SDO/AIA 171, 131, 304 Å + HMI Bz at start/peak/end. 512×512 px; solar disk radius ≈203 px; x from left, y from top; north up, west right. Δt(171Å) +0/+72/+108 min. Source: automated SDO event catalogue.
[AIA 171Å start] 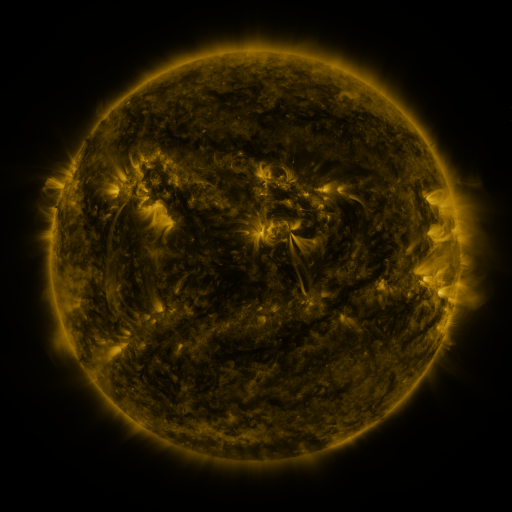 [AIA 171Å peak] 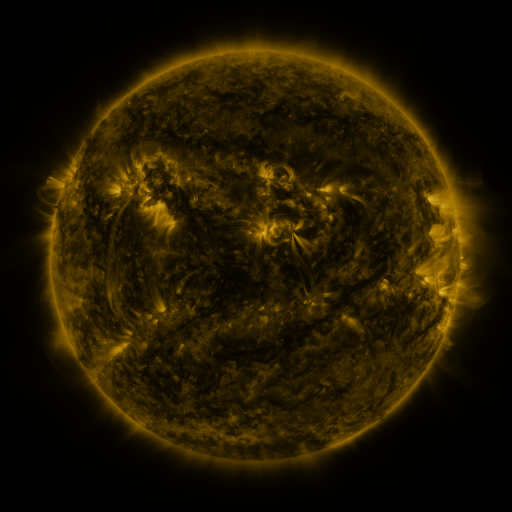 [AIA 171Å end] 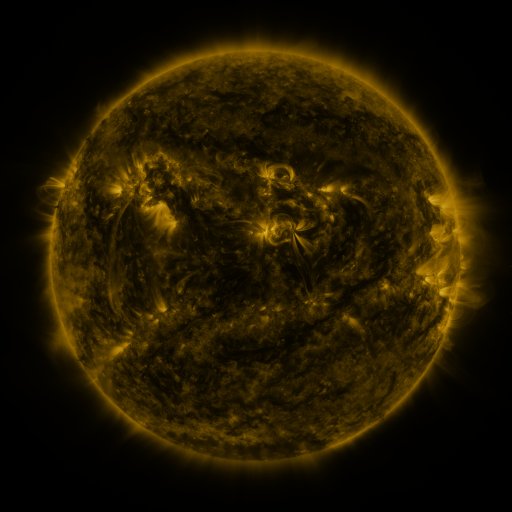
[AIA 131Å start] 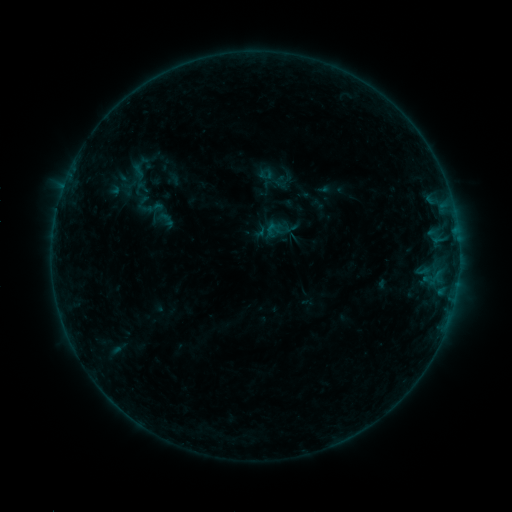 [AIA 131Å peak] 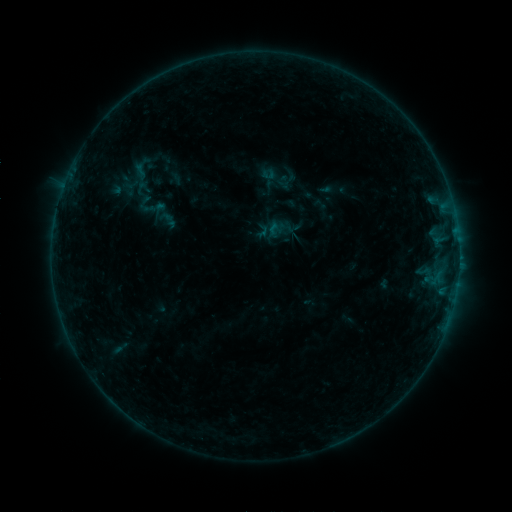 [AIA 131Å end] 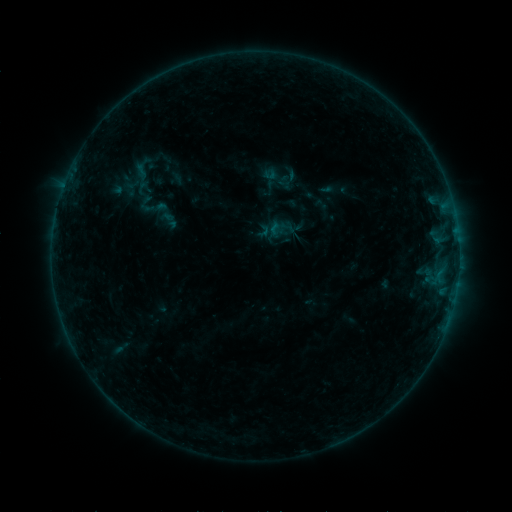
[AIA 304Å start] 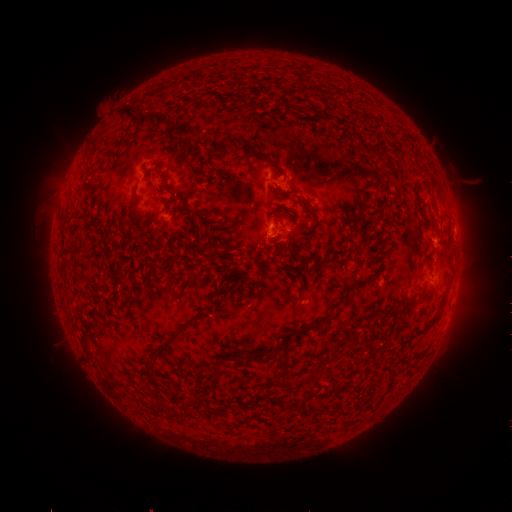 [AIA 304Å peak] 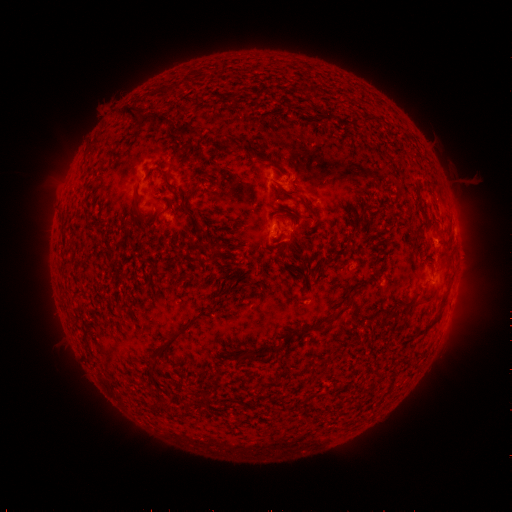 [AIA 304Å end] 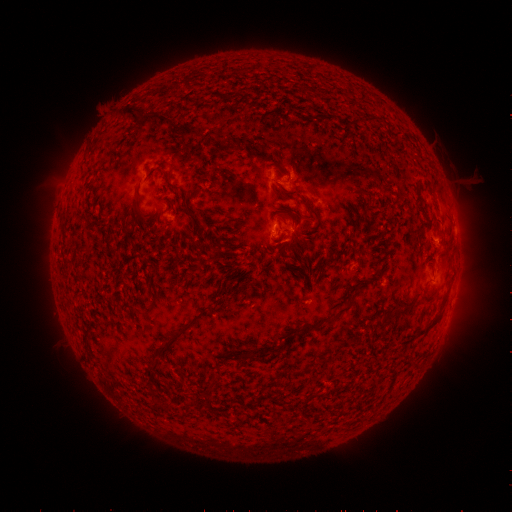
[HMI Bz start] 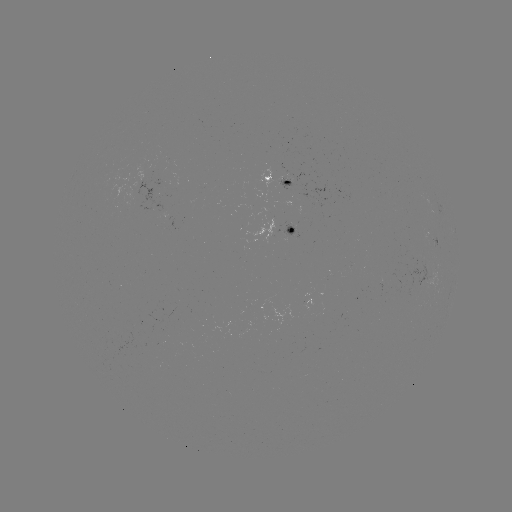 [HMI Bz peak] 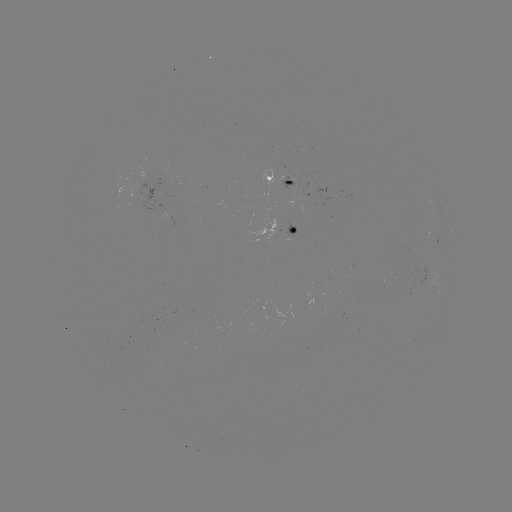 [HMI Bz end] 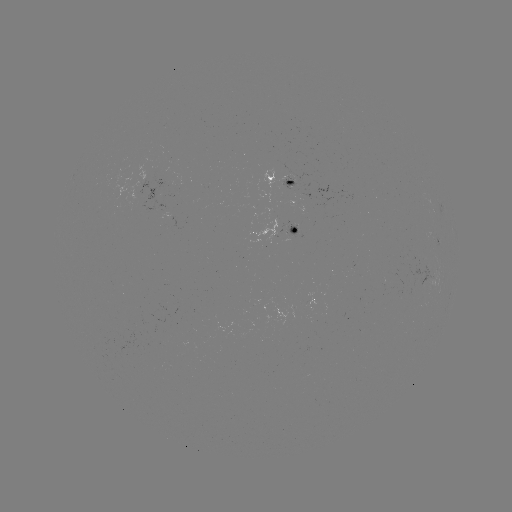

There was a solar emerging-flux region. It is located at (284, 184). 